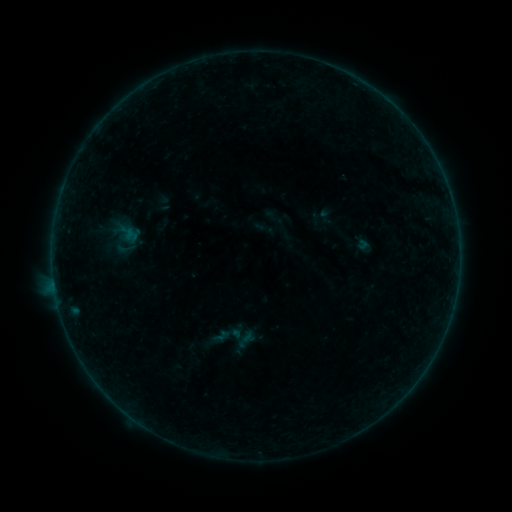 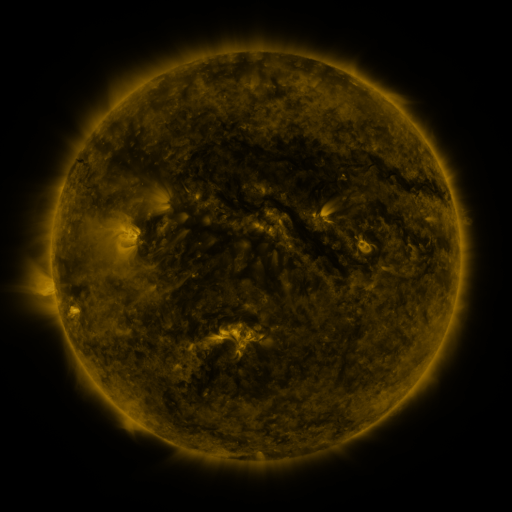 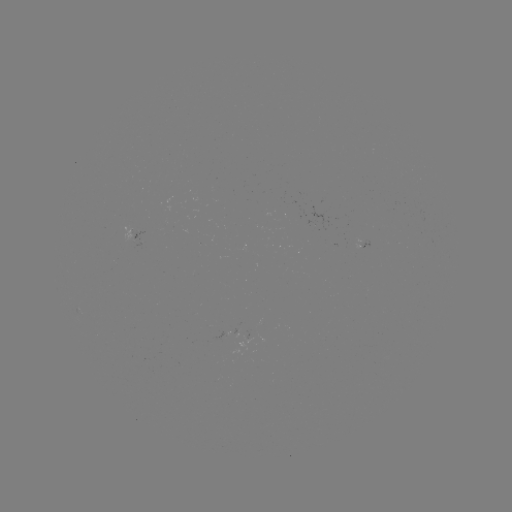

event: sigmoid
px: (126, 249)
